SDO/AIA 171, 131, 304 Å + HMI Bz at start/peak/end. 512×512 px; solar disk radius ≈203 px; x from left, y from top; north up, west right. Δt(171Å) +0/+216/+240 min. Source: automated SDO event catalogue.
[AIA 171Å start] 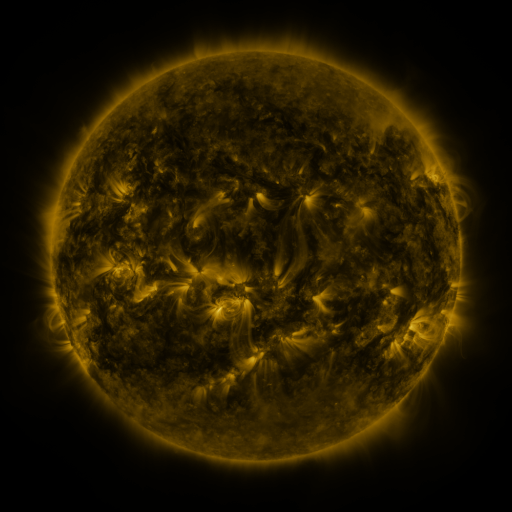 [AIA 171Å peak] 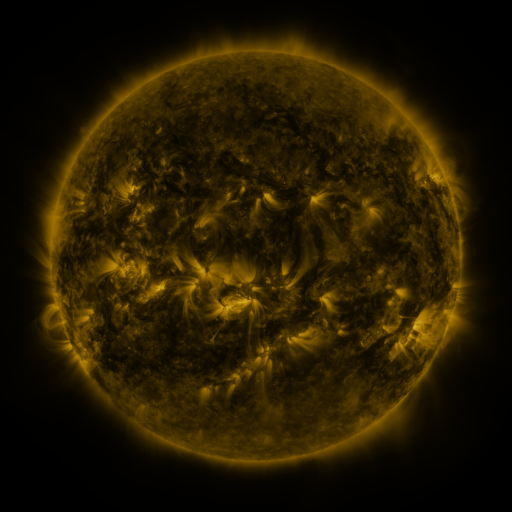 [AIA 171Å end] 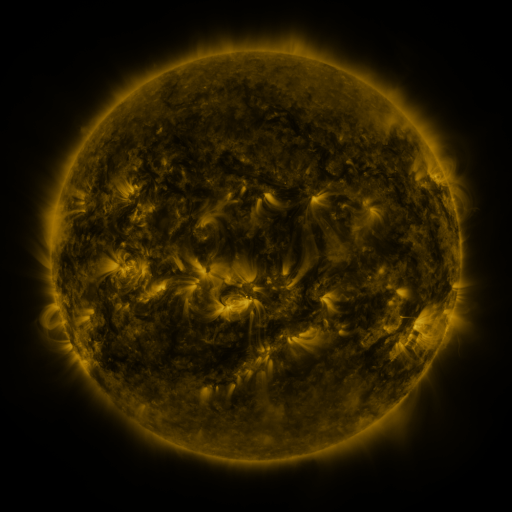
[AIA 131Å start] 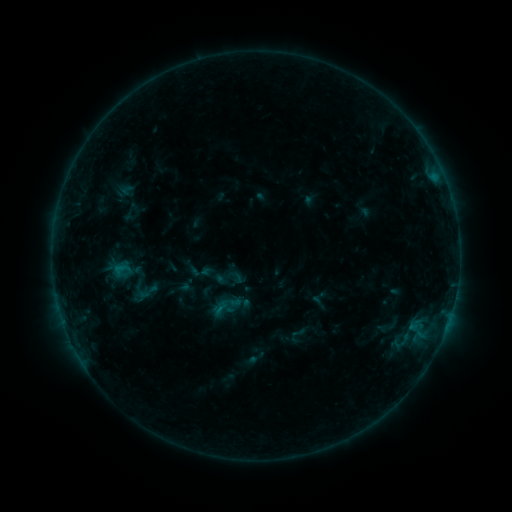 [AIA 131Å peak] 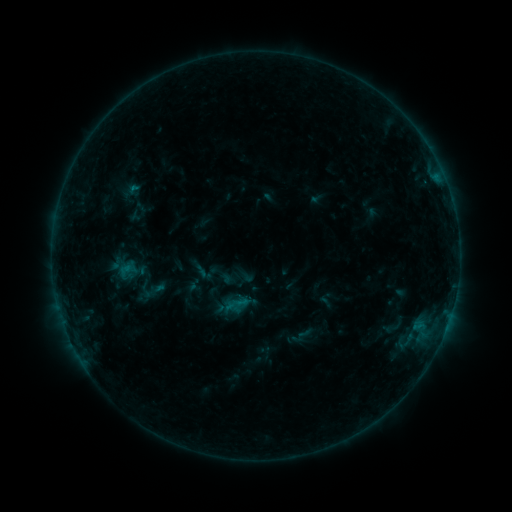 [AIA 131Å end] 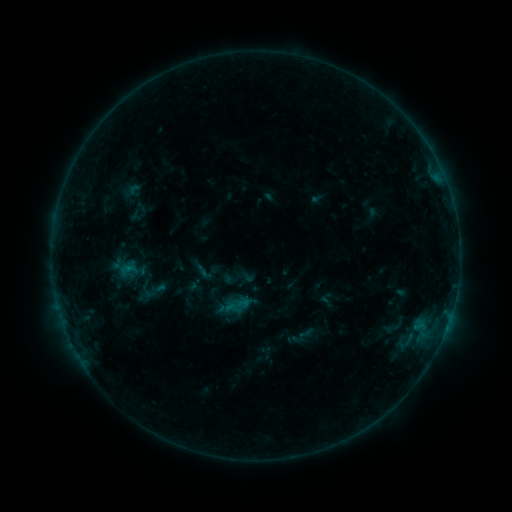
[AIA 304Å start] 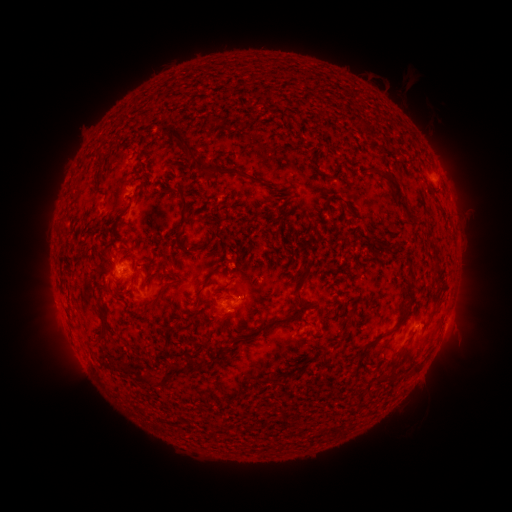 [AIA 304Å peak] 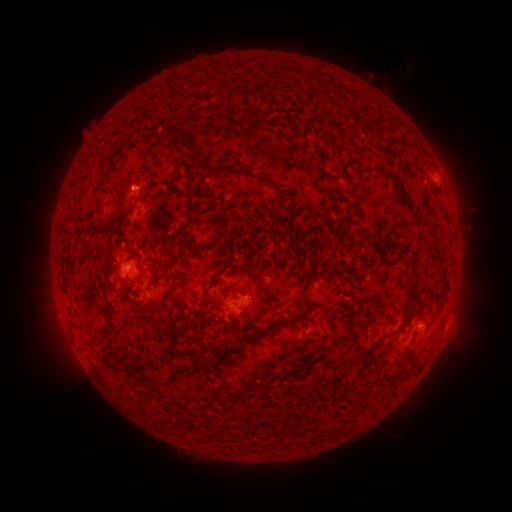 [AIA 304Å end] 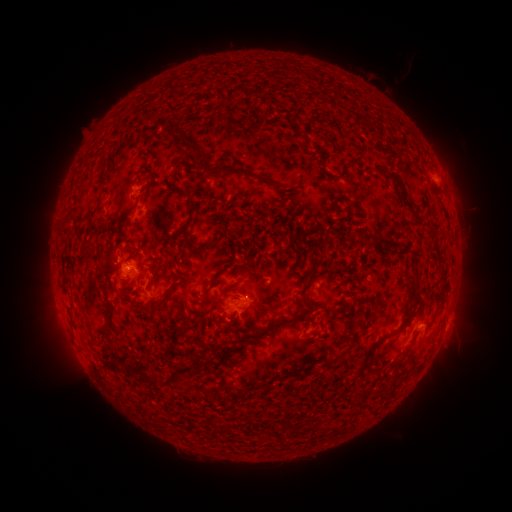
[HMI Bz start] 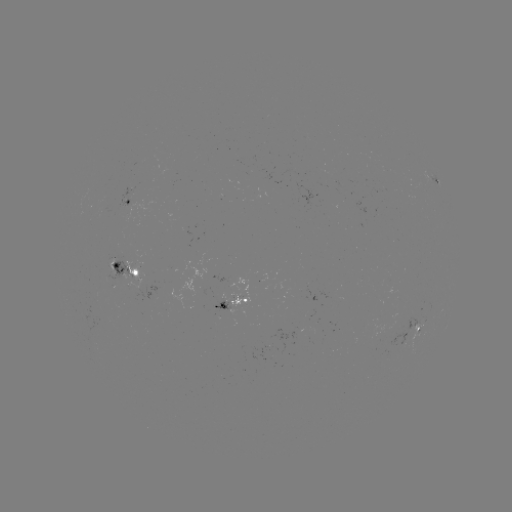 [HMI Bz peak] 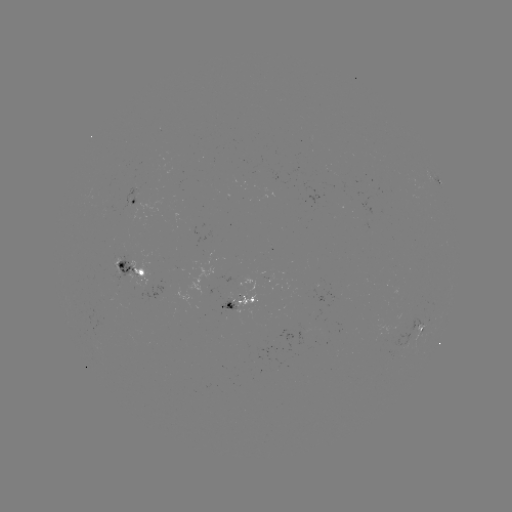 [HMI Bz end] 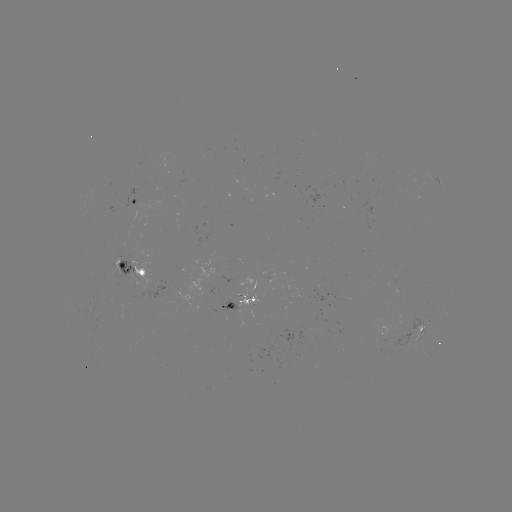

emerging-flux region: (233, 277, 256, 307)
